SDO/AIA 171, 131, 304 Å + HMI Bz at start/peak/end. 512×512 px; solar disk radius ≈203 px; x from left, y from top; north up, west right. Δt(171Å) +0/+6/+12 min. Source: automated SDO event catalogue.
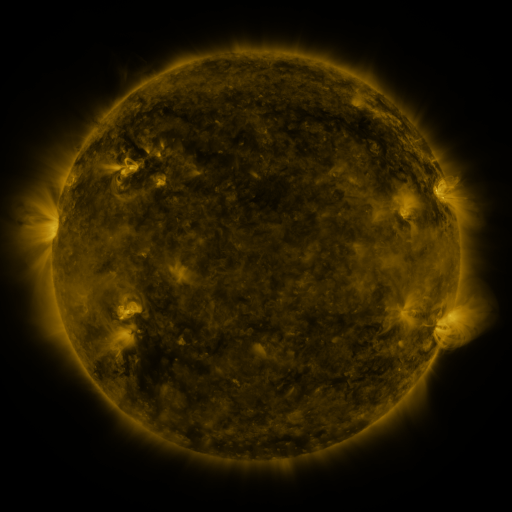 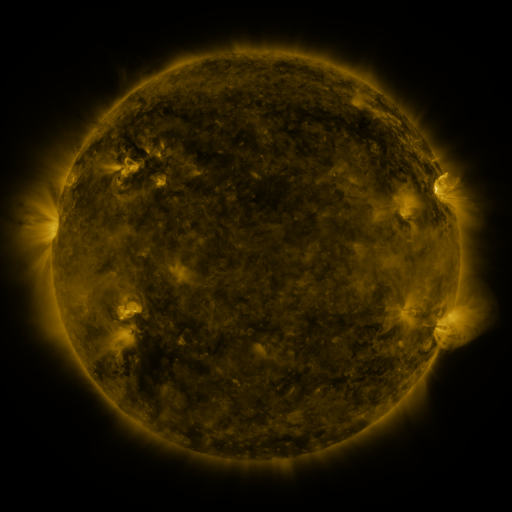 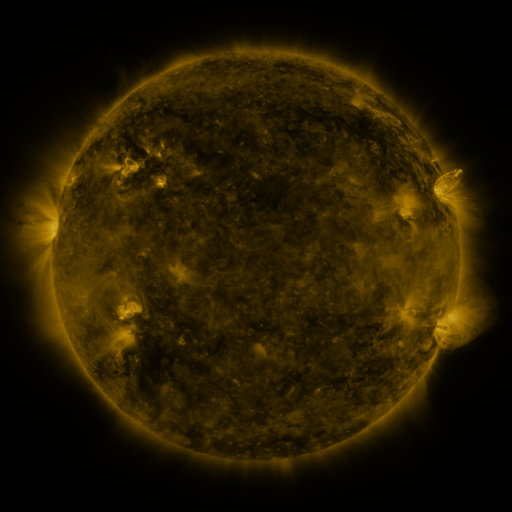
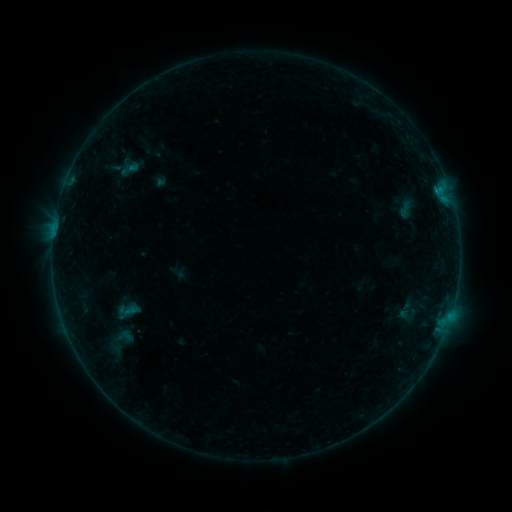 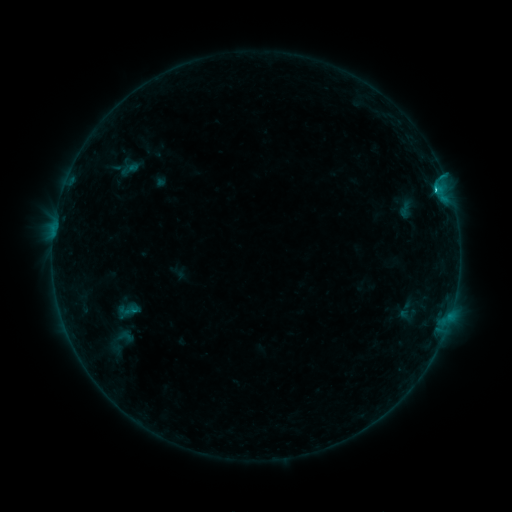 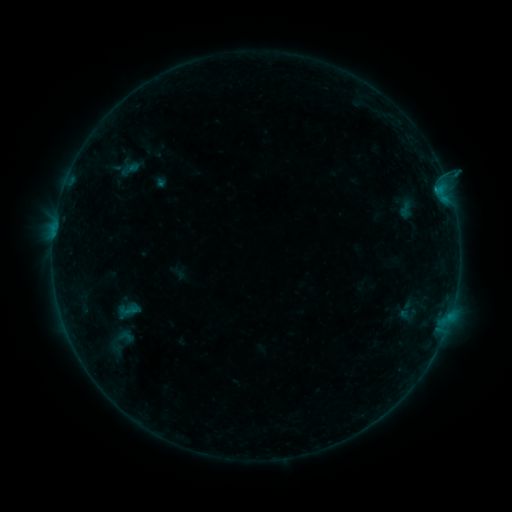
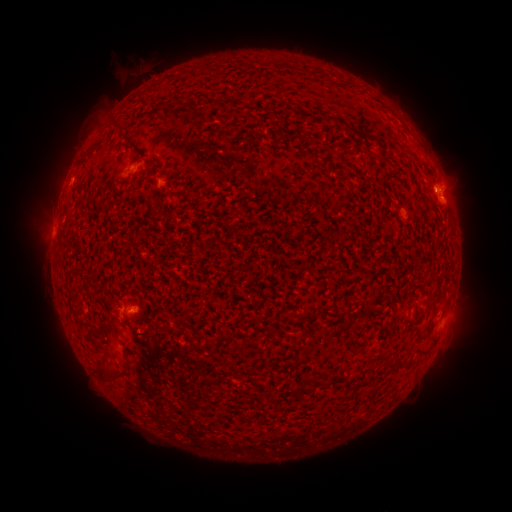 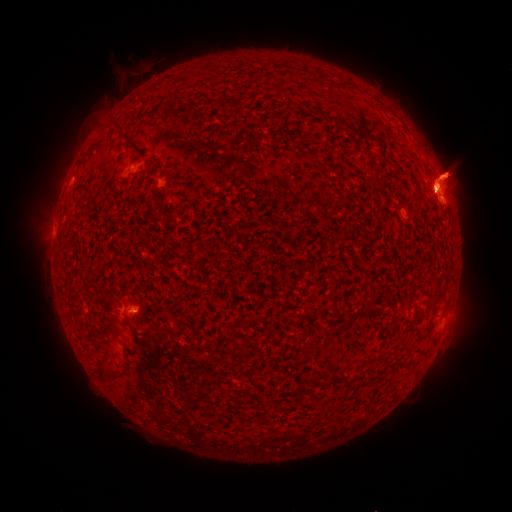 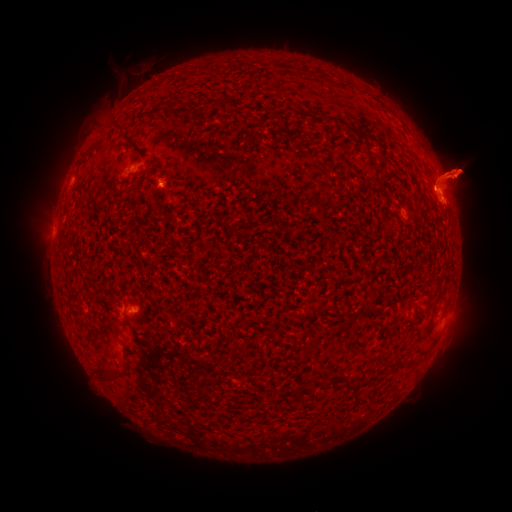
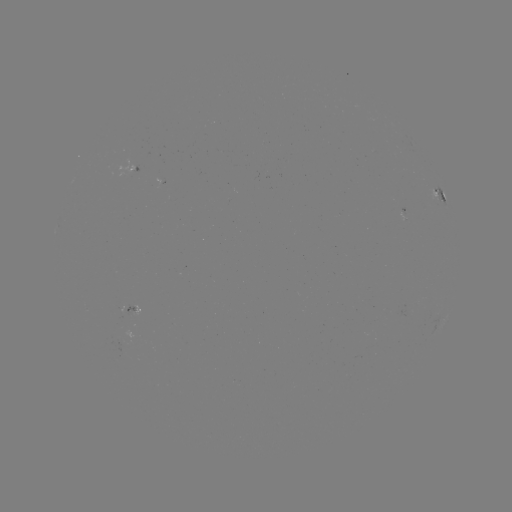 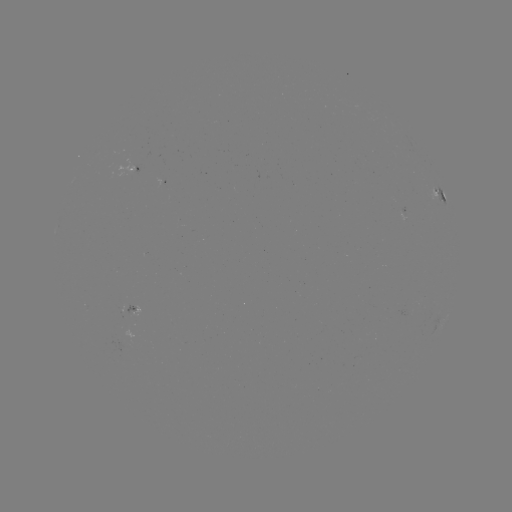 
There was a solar eruption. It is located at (65, 168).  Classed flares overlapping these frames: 1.